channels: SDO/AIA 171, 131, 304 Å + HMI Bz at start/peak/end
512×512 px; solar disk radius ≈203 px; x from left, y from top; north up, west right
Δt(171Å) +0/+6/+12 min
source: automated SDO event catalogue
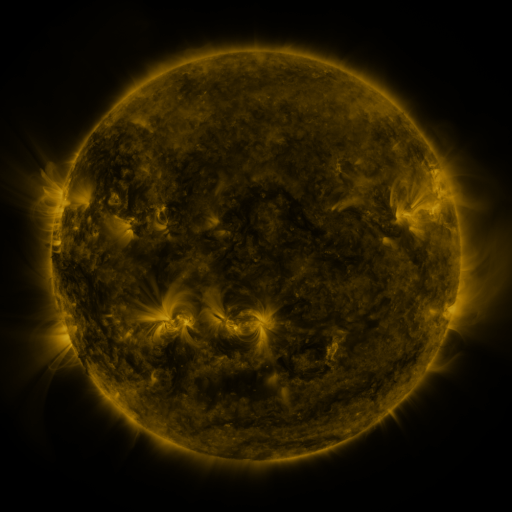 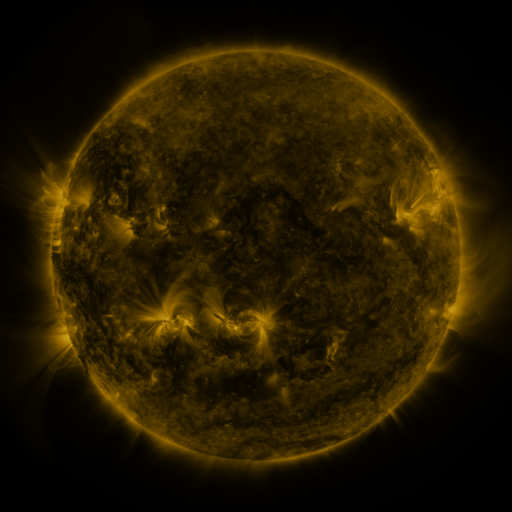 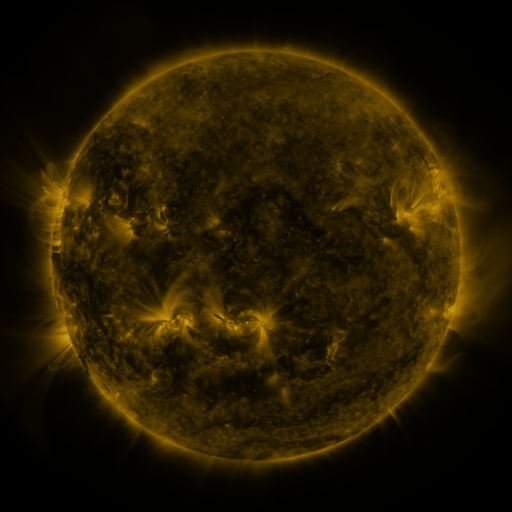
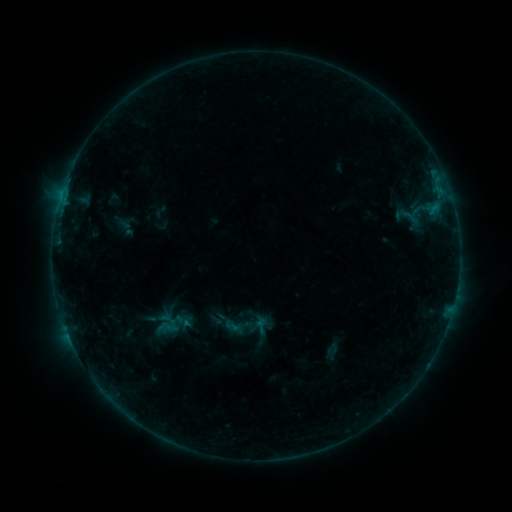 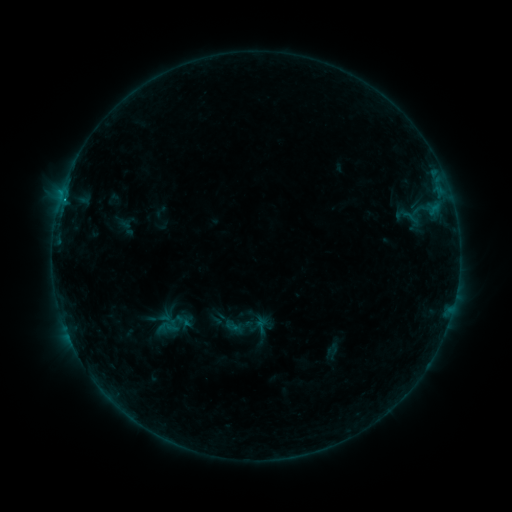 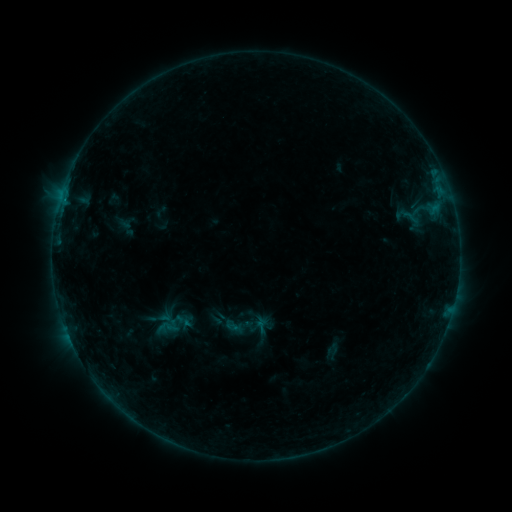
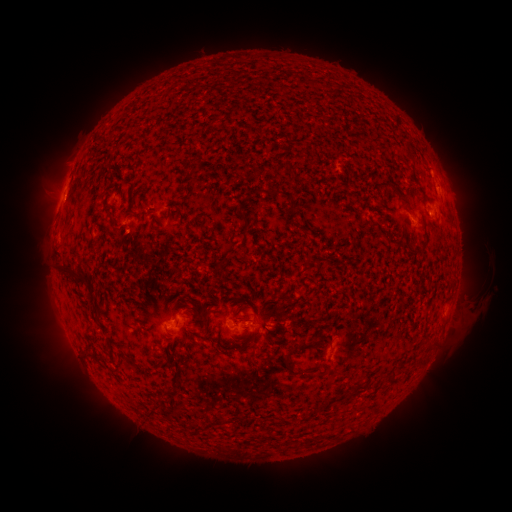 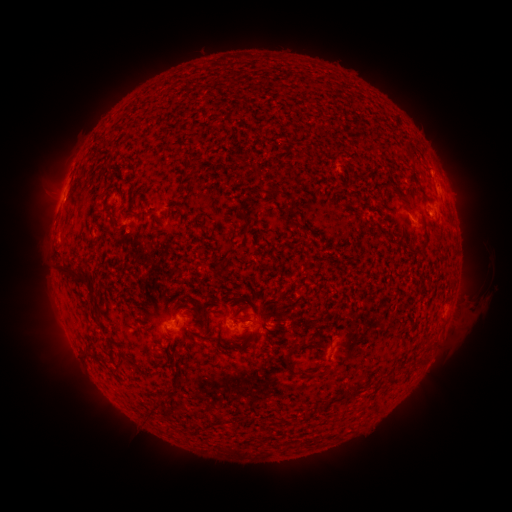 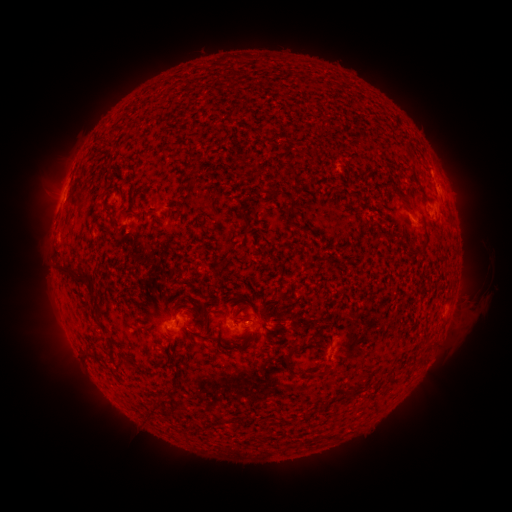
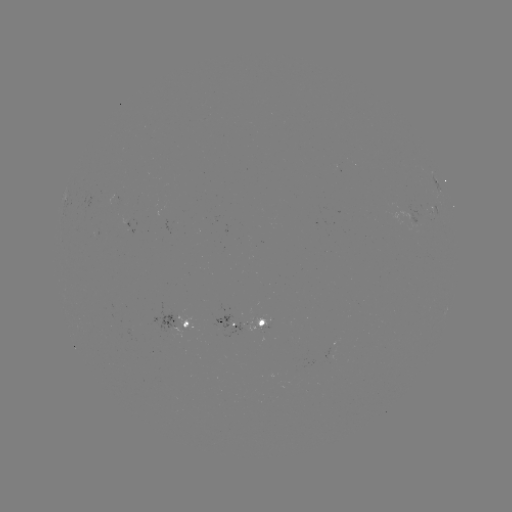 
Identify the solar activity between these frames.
B3.1 flare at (64, 201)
